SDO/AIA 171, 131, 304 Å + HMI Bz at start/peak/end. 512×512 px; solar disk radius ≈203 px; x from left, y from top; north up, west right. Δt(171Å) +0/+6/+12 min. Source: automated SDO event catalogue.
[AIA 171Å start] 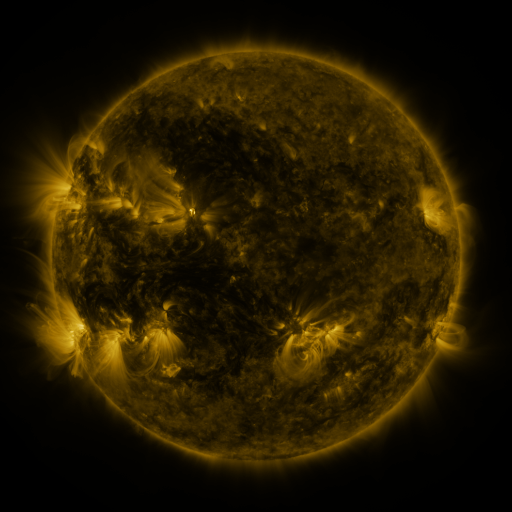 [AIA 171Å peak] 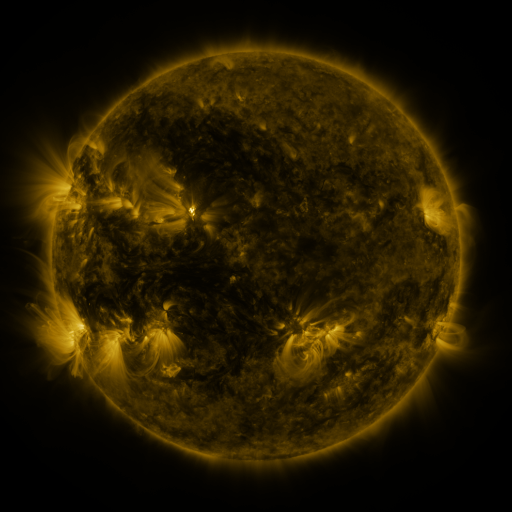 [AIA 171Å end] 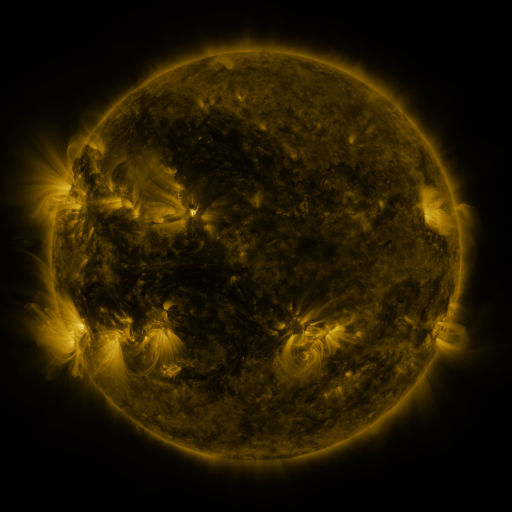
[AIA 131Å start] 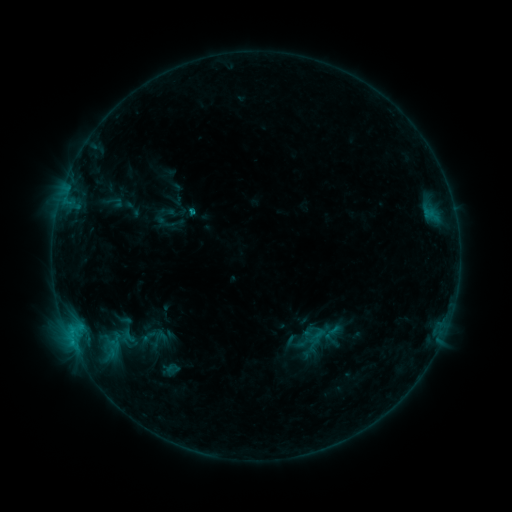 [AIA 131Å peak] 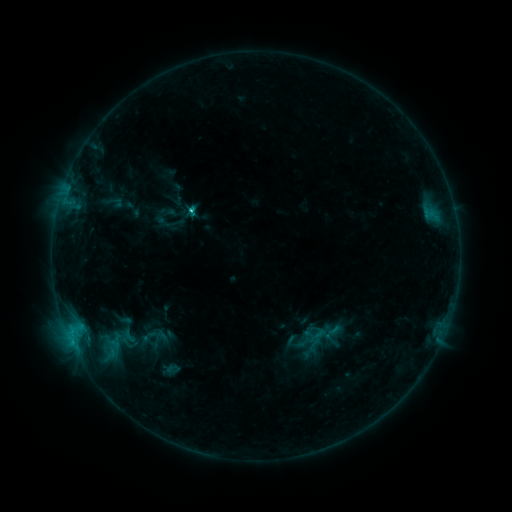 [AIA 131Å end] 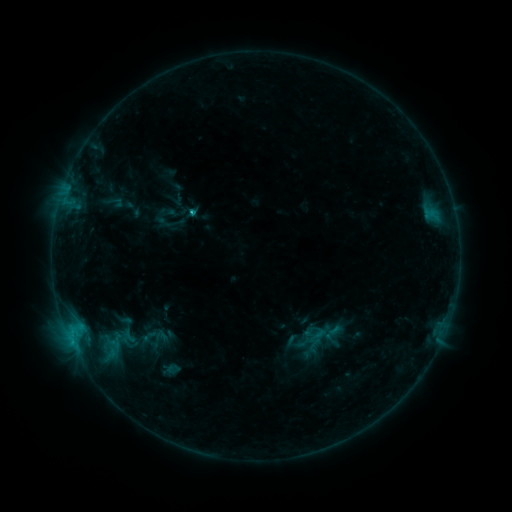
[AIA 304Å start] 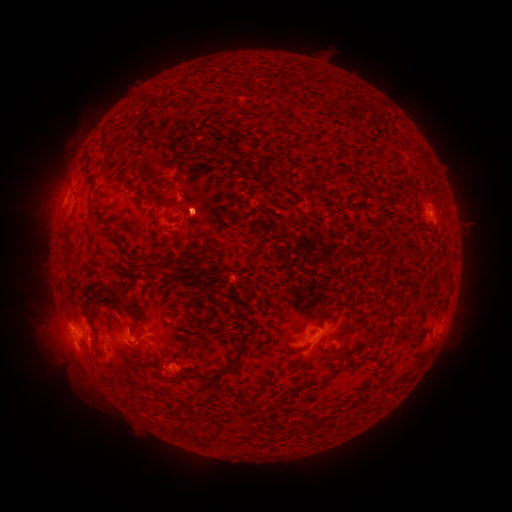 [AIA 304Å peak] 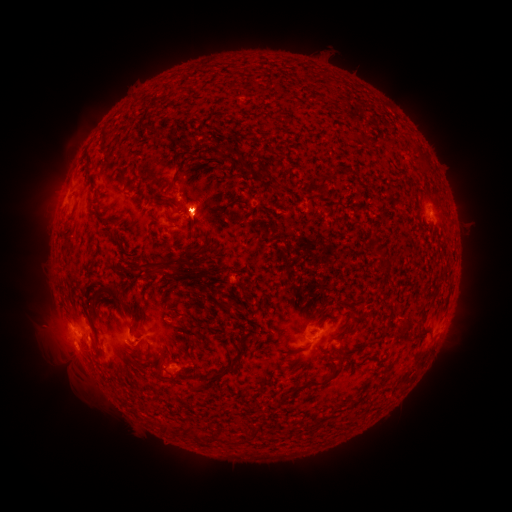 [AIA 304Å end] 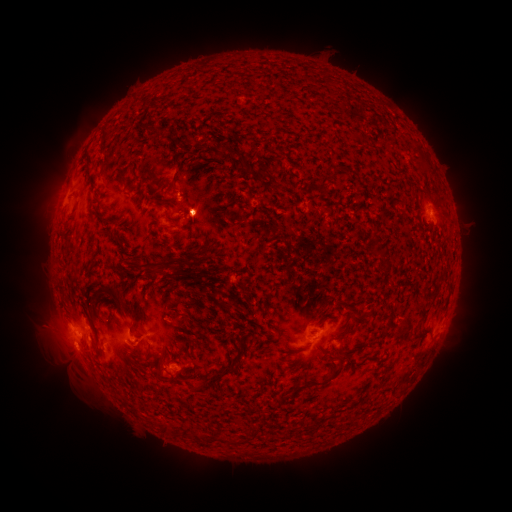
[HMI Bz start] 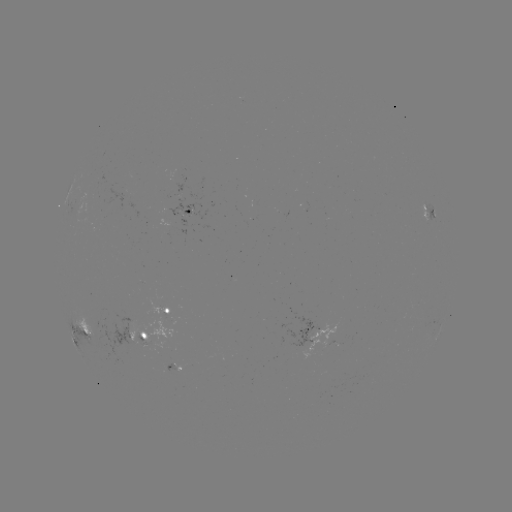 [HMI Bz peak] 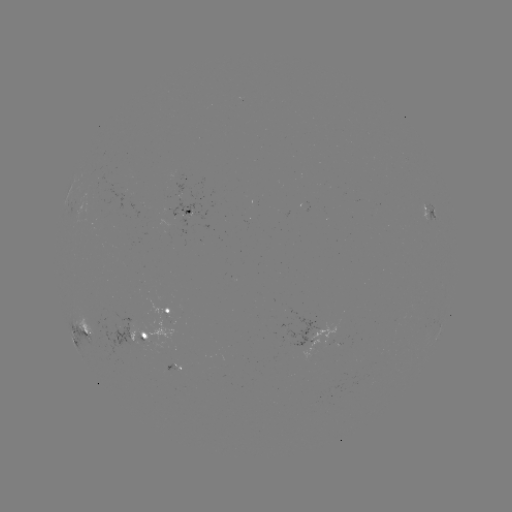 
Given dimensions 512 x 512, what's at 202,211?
eruption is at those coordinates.